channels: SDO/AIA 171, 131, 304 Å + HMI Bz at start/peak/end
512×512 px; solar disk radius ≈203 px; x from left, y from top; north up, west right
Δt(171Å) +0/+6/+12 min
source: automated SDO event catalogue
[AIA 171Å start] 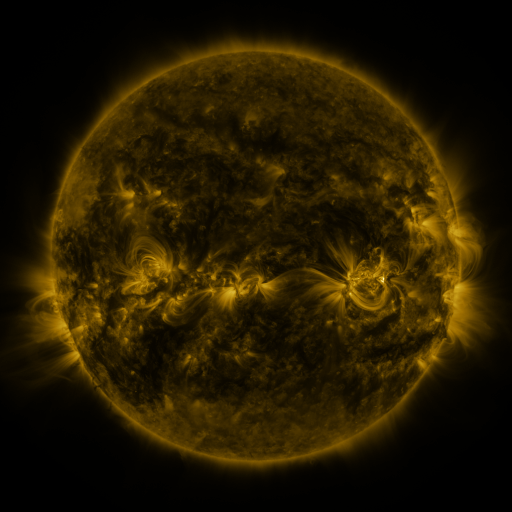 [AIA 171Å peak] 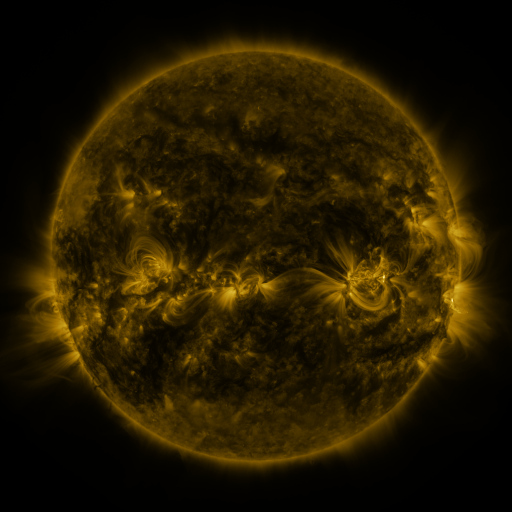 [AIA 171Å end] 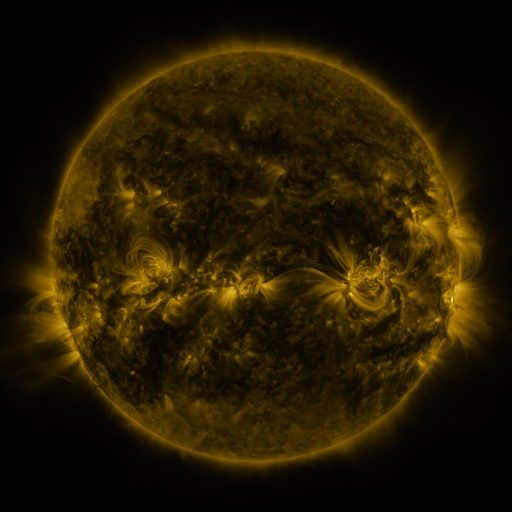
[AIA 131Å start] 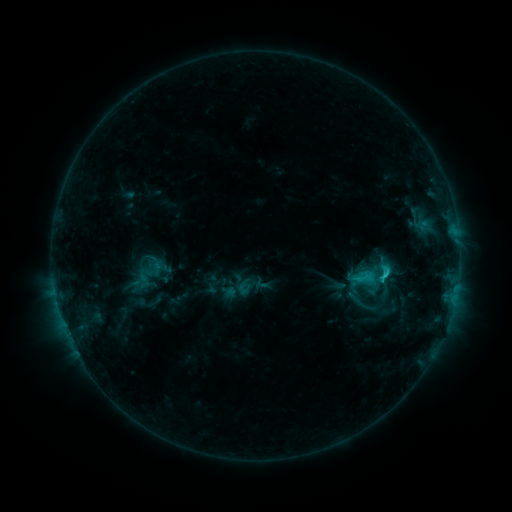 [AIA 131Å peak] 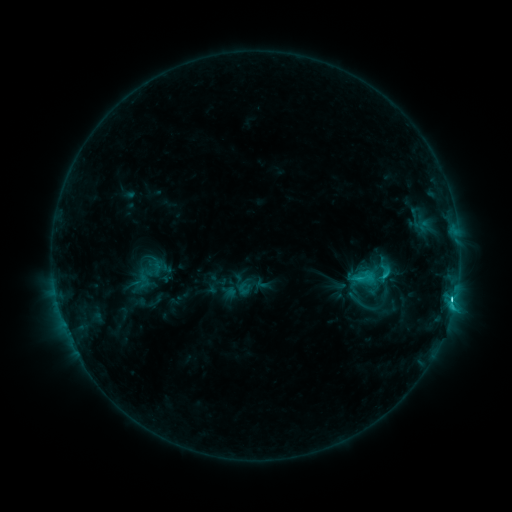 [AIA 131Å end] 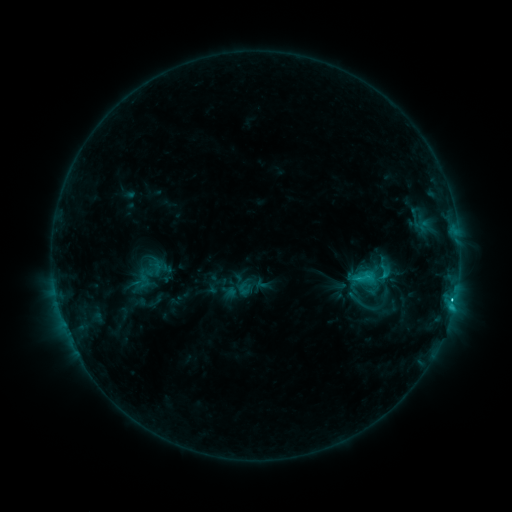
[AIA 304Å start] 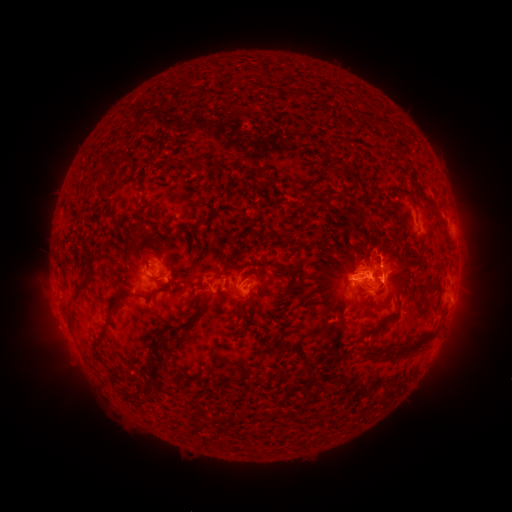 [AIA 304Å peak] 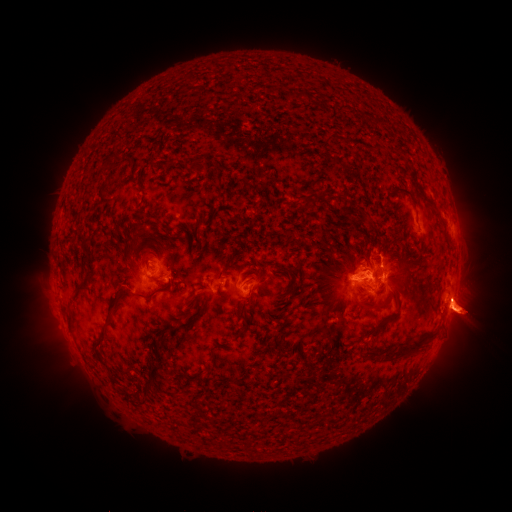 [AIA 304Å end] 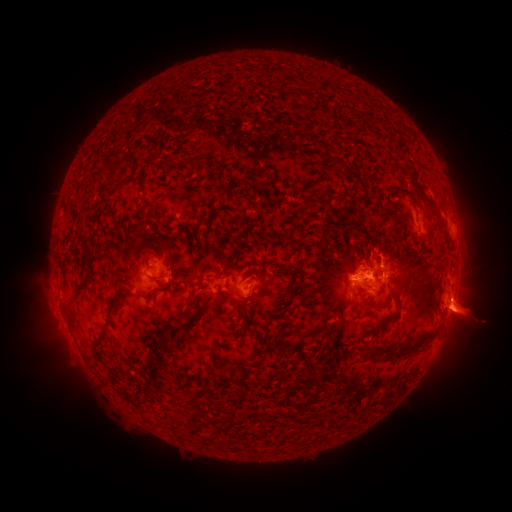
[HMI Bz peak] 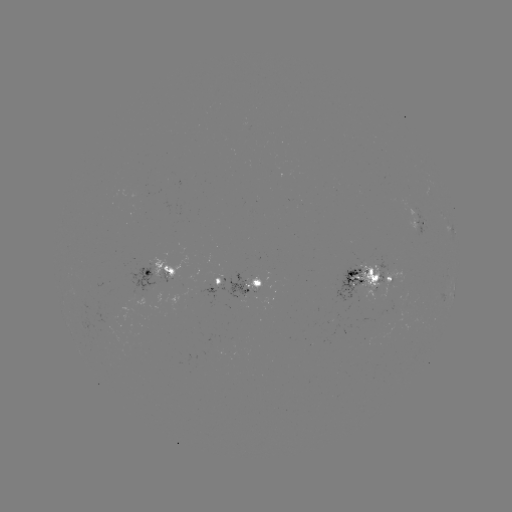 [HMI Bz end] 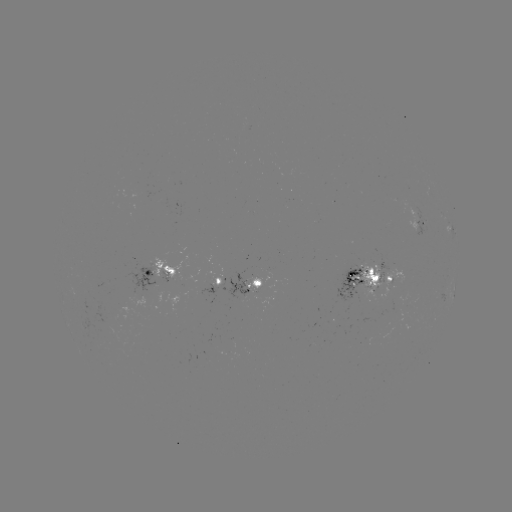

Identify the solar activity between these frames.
C3.6 flare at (452, 298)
